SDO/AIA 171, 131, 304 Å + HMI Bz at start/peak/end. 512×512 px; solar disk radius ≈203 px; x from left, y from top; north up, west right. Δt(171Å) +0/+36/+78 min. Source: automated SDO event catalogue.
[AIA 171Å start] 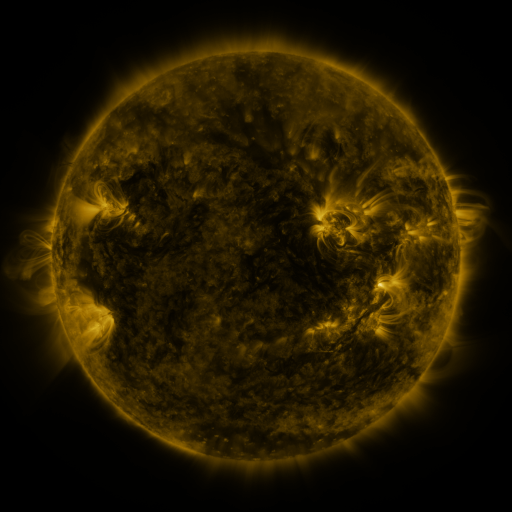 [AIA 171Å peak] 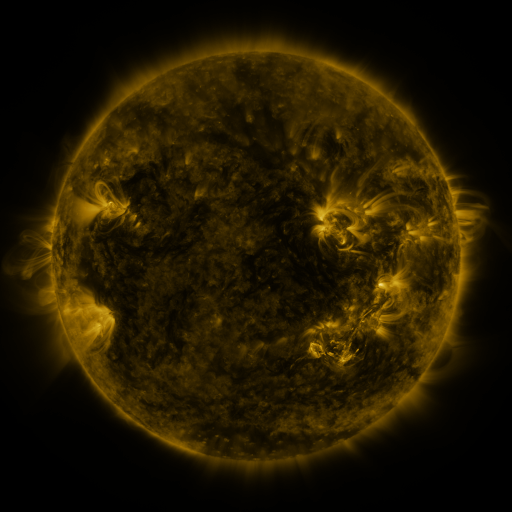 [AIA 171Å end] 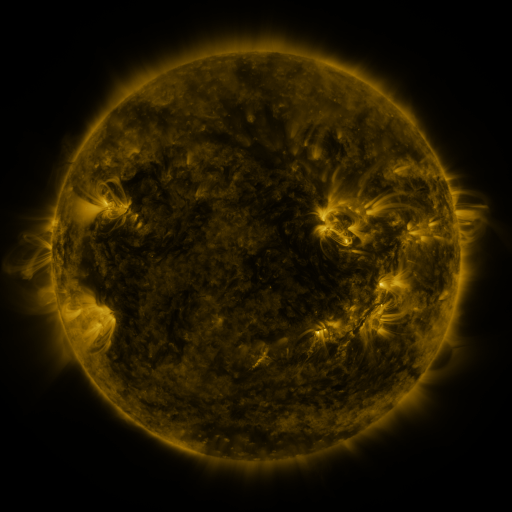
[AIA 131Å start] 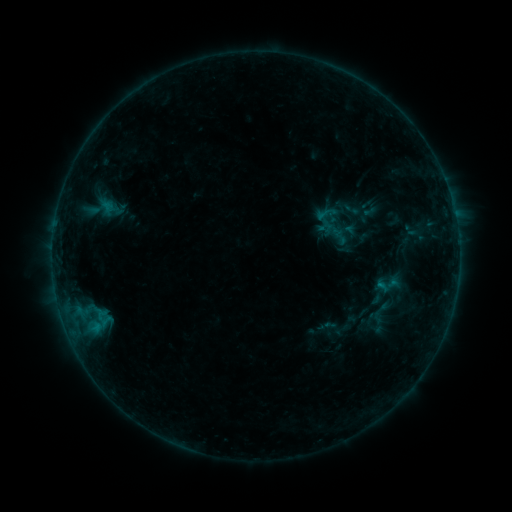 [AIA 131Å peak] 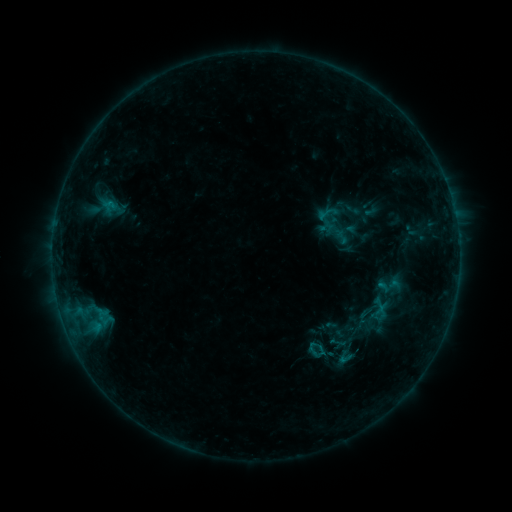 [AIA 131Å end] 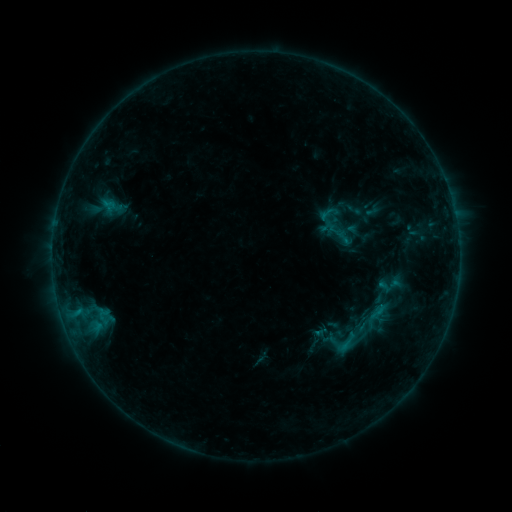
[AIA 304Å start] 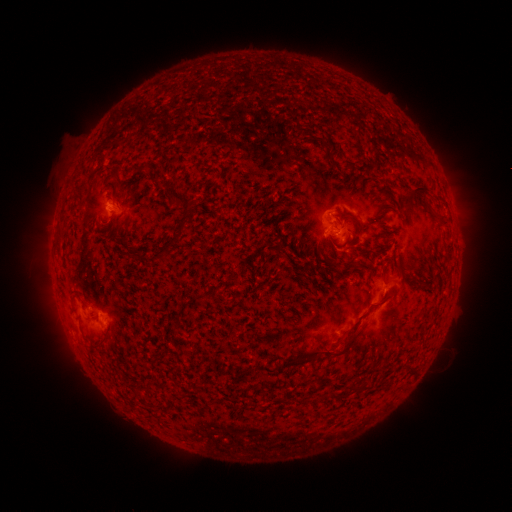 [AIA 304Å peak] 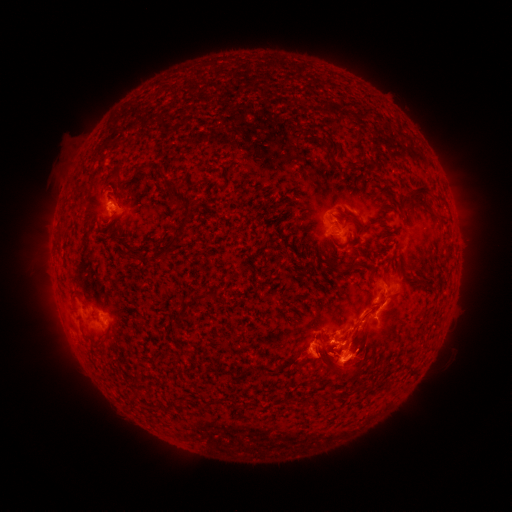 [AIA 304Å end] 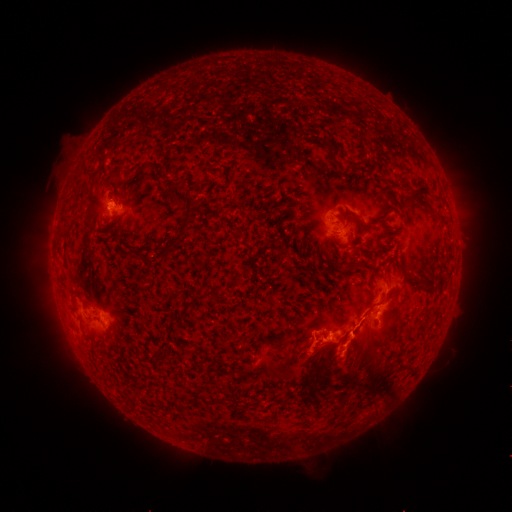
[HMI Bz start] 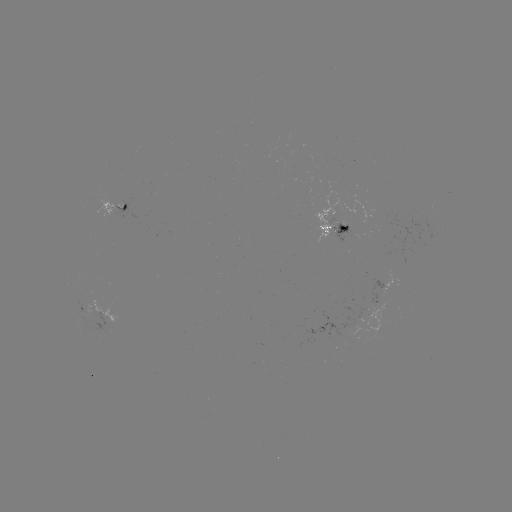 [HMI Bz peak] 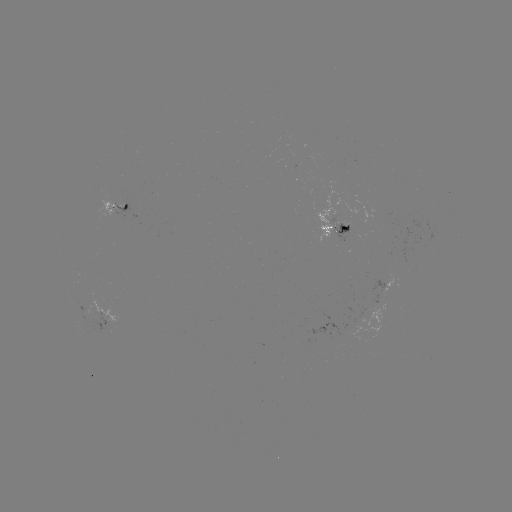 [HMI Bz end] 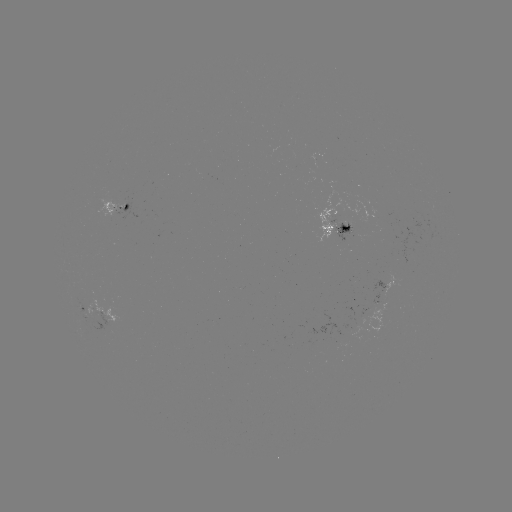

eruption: <bbox>261, 248, 426, 433</bbox>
